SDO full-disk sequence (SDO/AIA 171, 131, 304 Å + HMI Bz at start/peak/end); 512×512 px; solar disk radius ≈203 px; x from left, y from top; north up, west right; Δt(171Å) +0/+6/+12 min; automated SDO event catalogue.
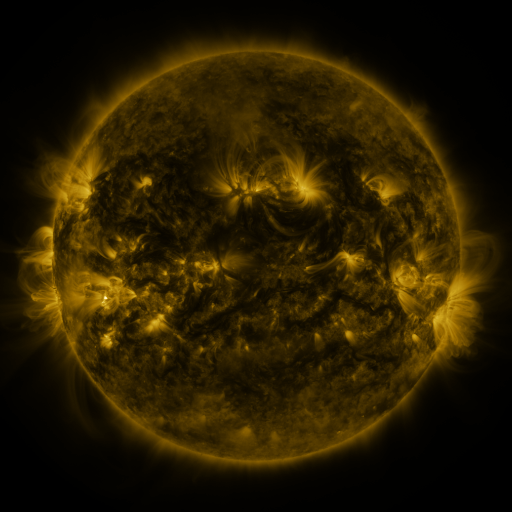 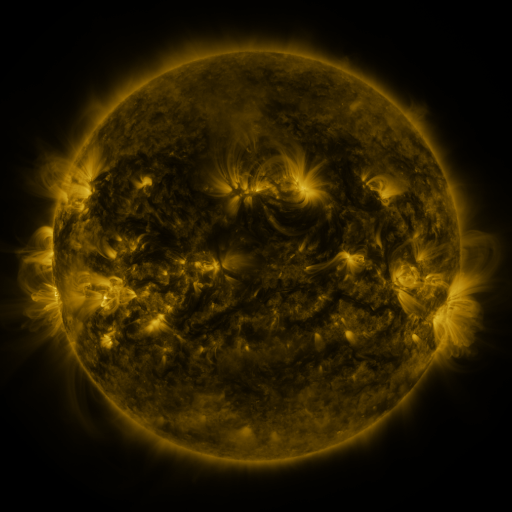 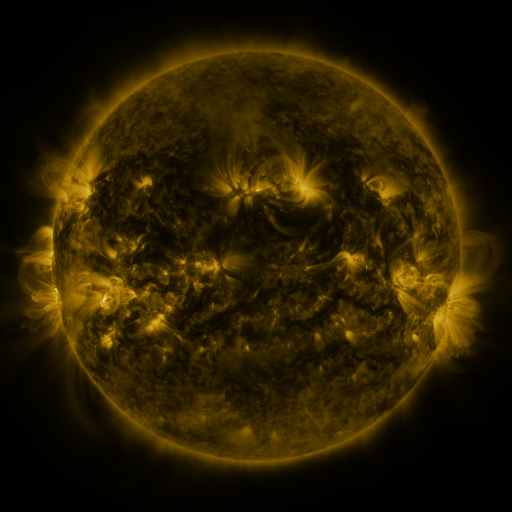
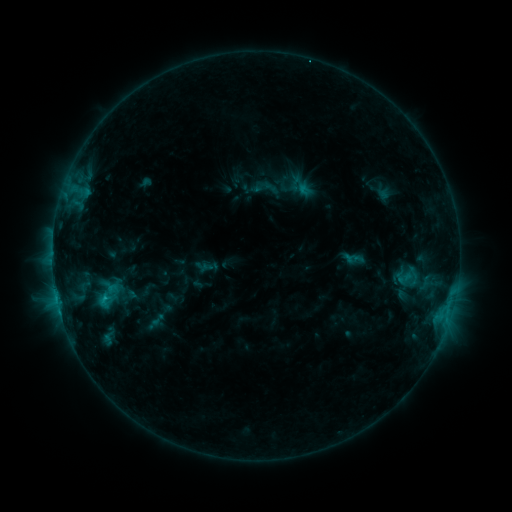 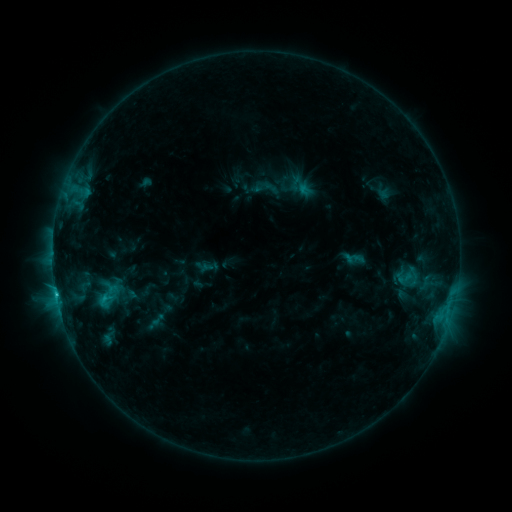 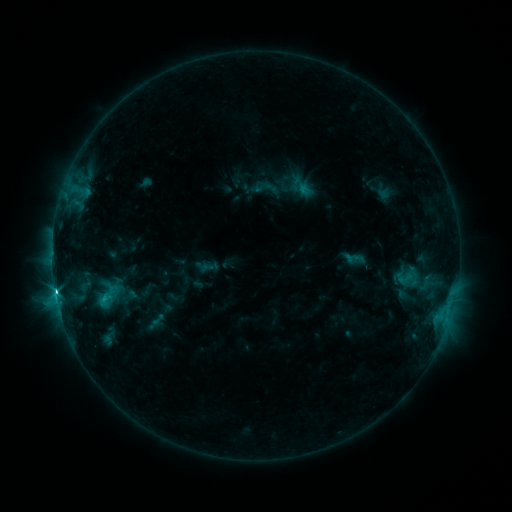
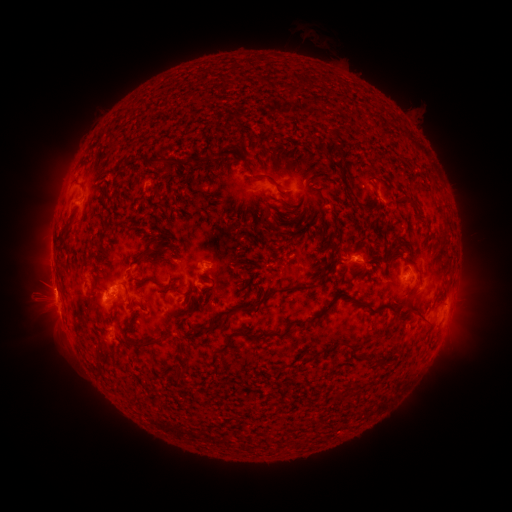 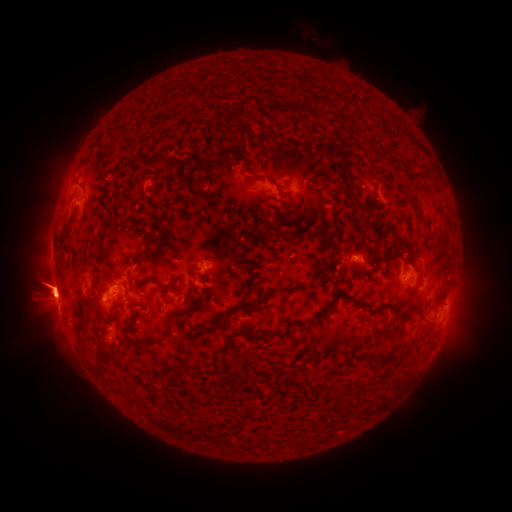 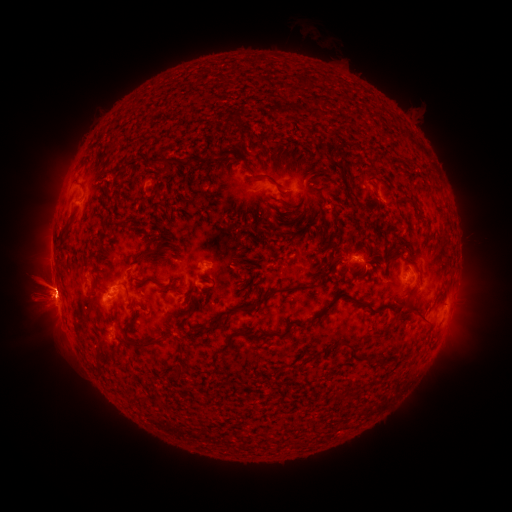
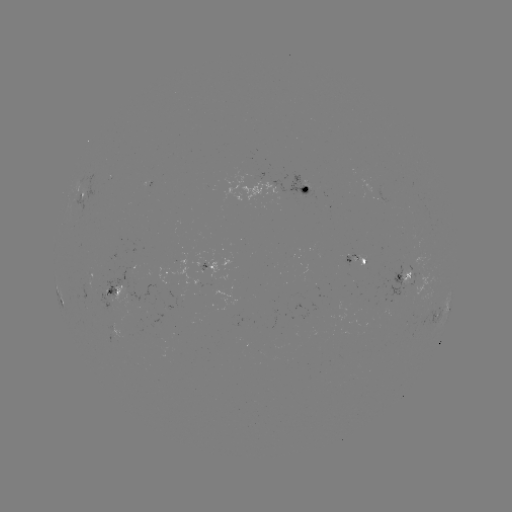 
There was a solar flare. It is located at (56, 272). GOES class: C1.6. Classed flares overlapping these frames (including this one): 2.